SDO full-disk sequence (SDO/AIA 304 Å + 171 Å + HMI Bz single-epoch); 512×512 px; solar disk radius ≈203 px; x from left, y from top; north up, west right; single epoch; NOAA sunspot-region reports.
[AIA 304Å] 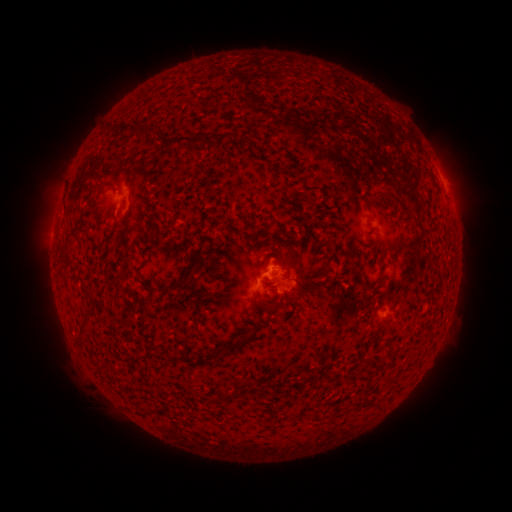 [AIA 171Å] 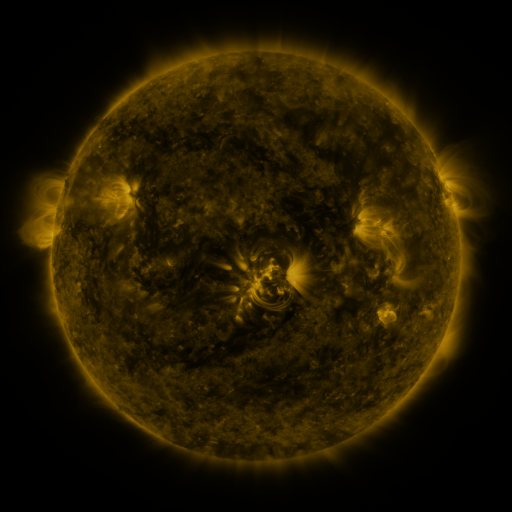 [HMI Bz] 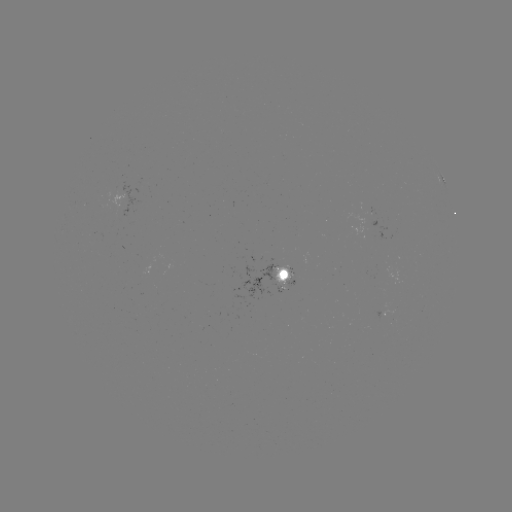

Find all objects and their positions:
spotted active region: (443, 179)
spotted active region: (280, 274)
spotted active region: (386, 310)
